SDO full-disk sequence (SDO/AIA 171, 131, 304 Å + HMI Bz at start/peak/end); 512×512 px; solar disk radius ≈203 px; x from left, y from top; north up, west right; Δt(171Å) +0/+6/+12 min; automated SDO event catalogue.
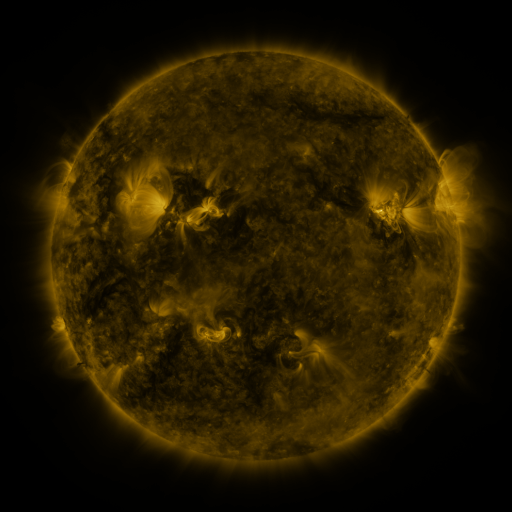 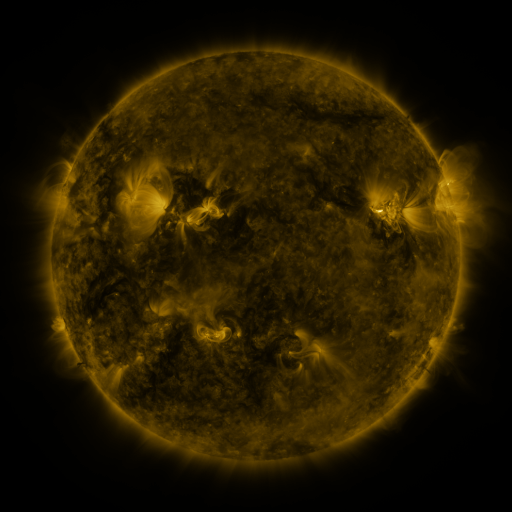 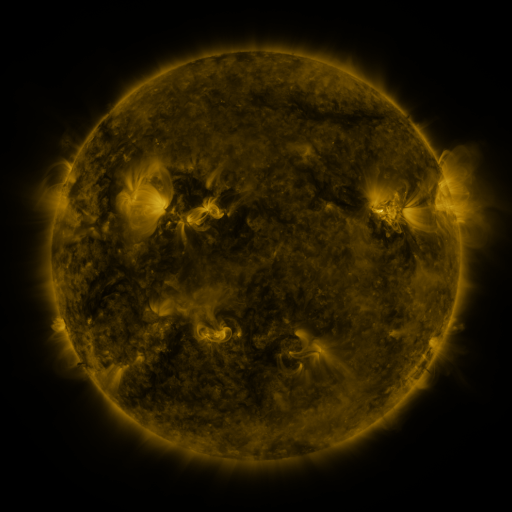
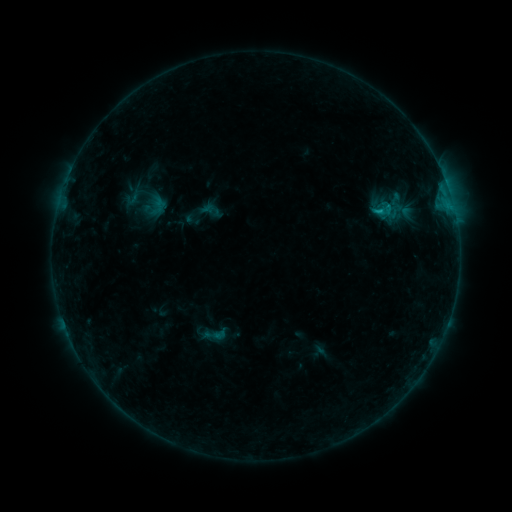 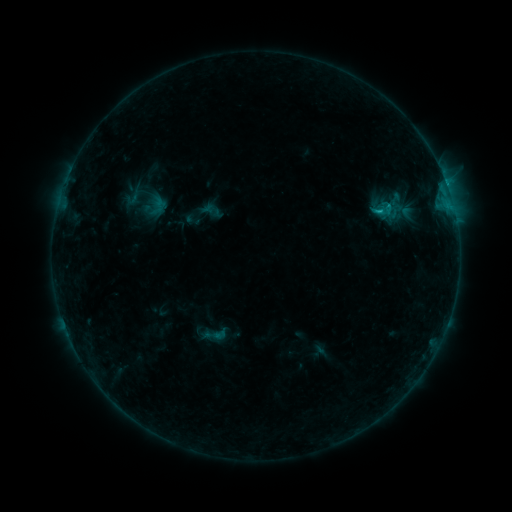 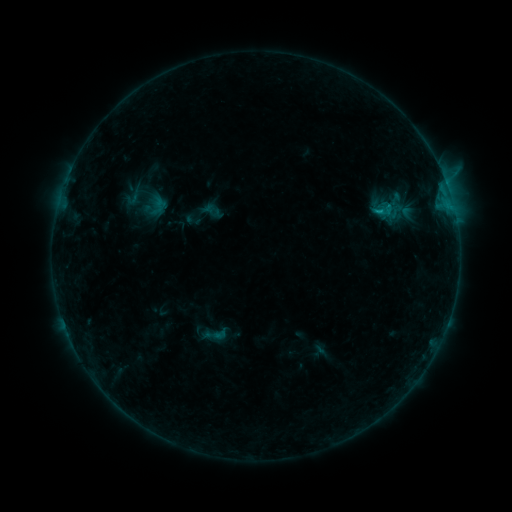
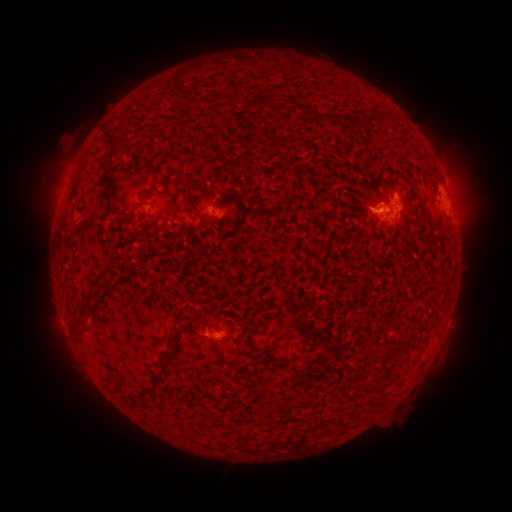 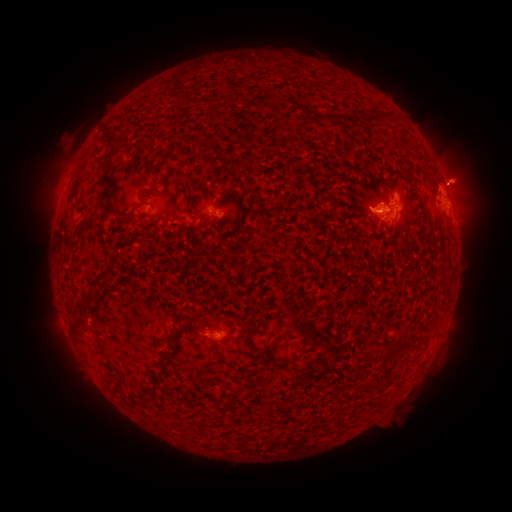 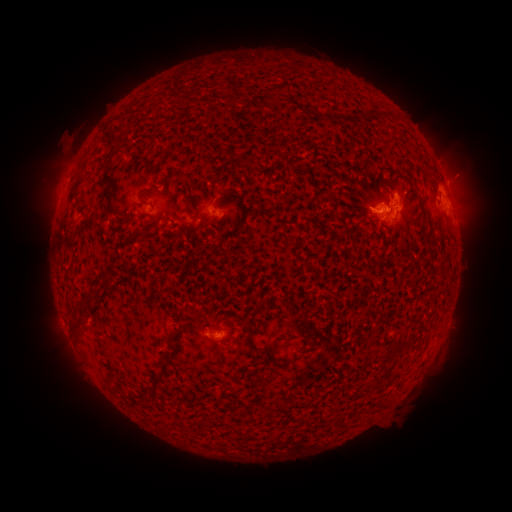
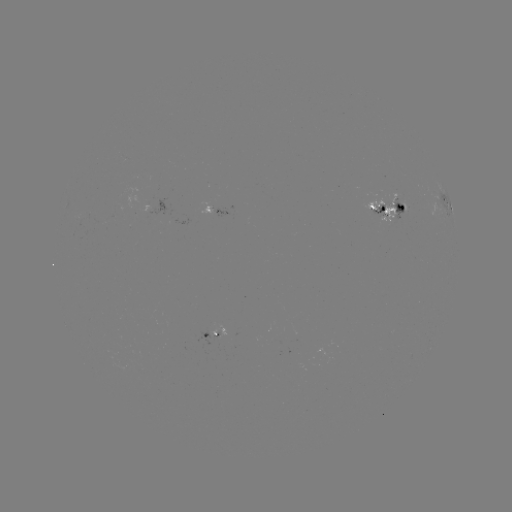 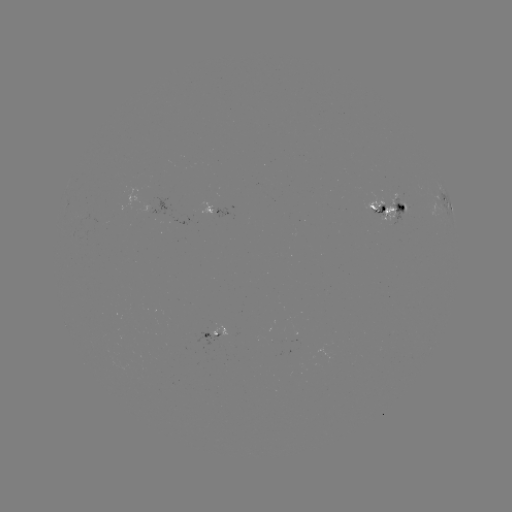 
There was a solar flare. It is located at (388, 208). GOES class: C1.4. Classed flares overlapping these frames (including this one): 1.